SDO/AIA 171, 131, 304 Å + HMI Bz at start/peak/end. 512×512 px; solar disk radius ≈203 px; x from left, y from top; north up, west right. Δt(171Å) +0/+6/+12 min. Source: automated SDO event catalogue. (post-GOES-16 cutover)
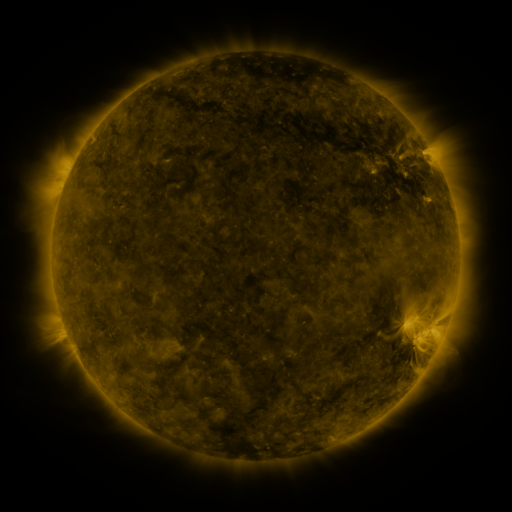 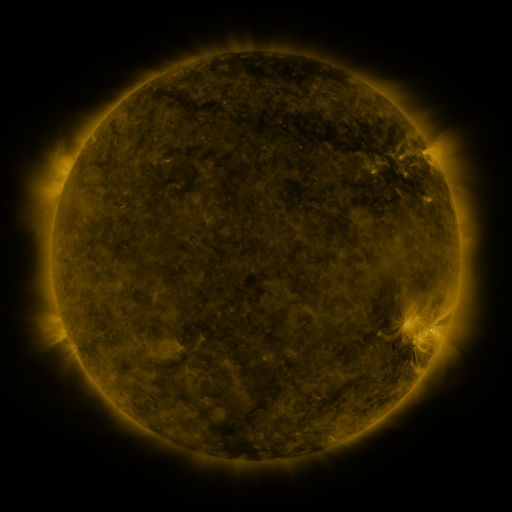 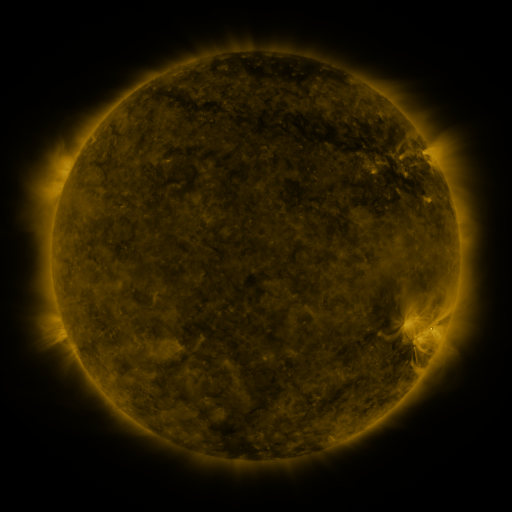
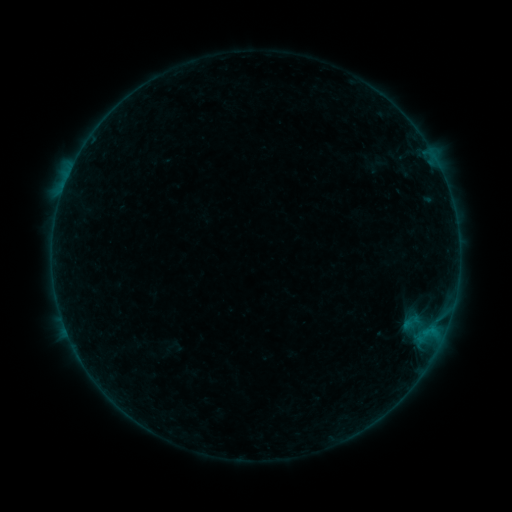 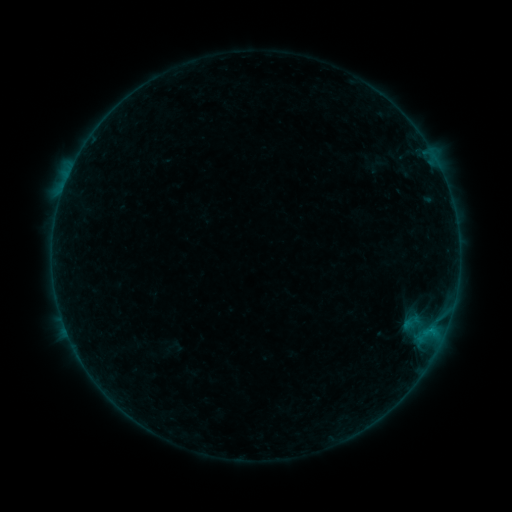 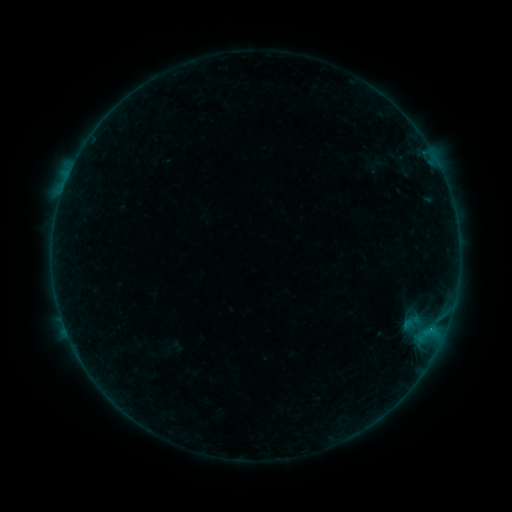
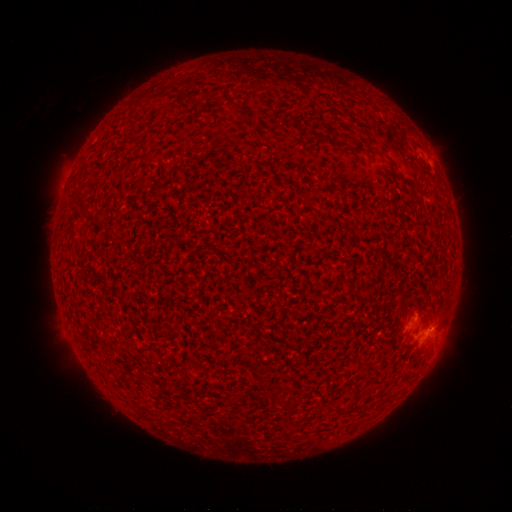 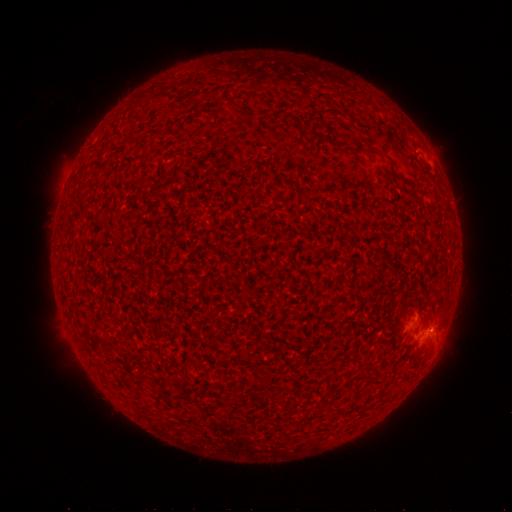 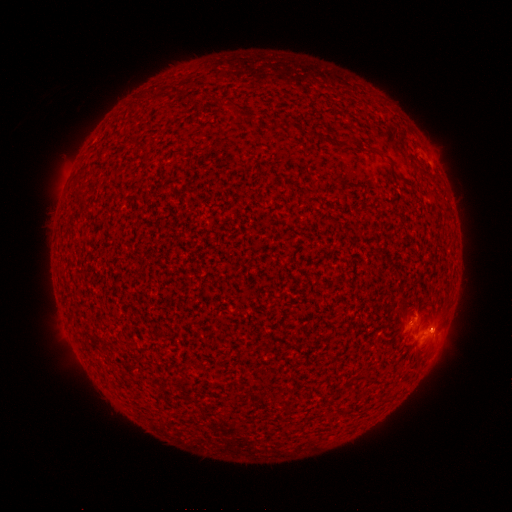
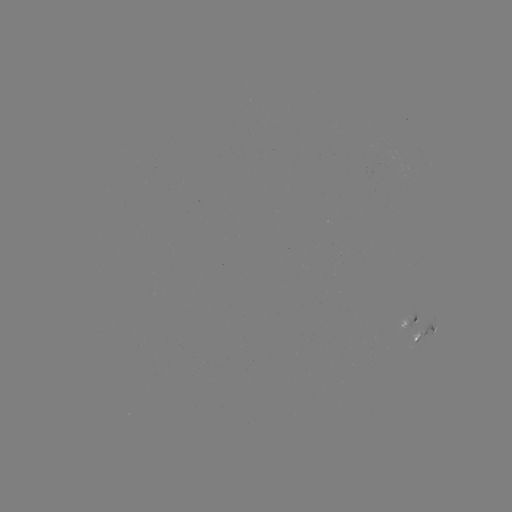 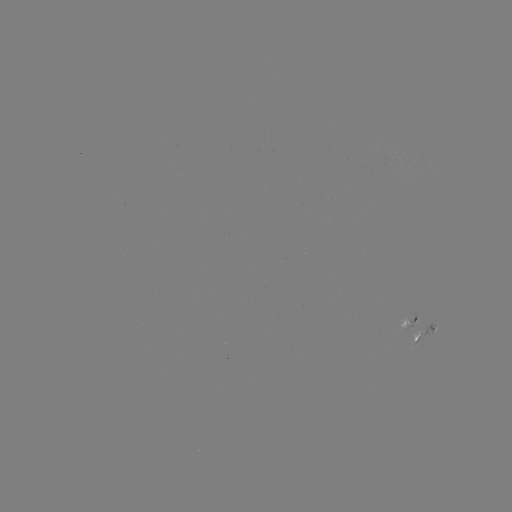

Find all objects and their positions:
B2.3 flare: (428, 328)
